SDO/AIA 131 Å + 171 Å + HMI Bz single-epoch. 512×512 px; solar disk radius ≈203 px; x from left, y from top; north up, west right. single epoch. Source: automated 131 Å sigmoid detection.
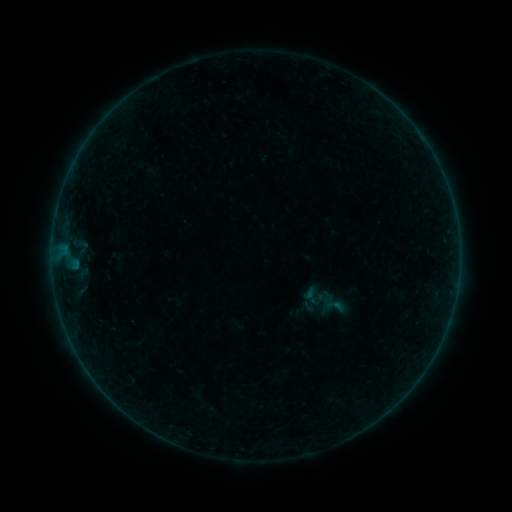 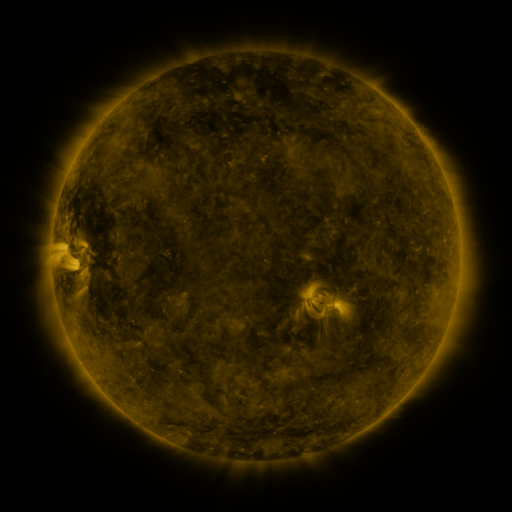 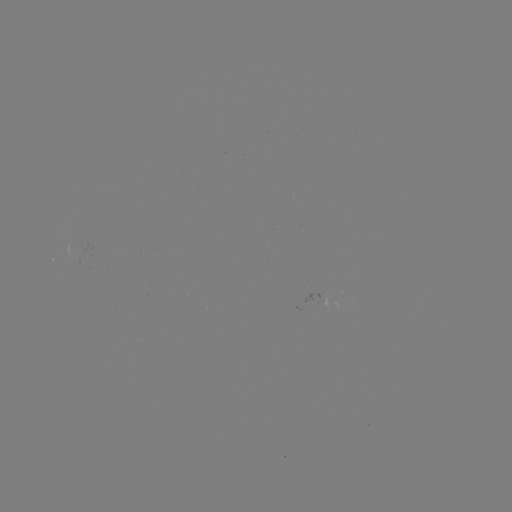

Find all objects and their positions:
sigmoid: [323, 294, 346, 317]
